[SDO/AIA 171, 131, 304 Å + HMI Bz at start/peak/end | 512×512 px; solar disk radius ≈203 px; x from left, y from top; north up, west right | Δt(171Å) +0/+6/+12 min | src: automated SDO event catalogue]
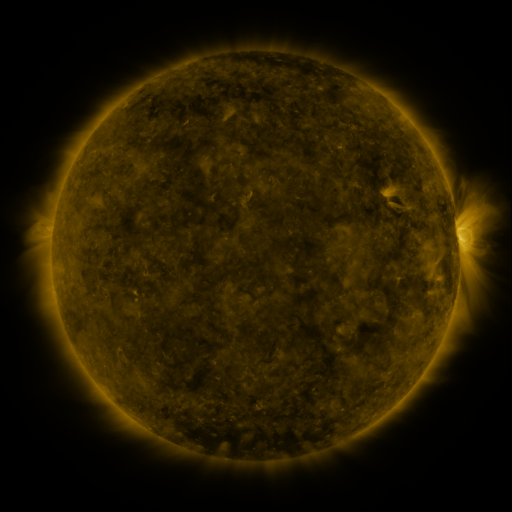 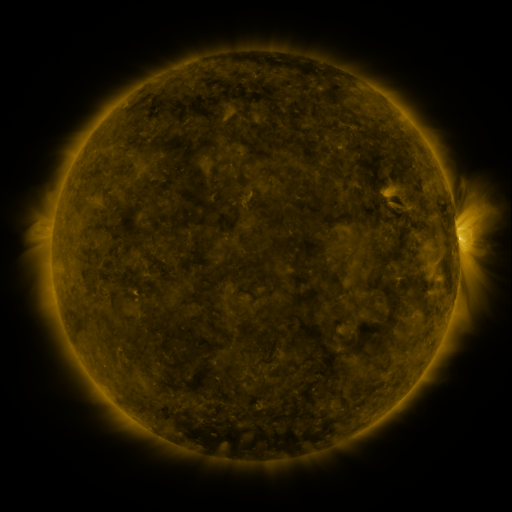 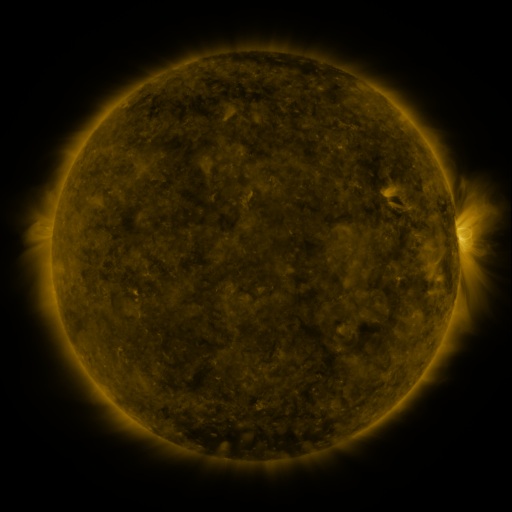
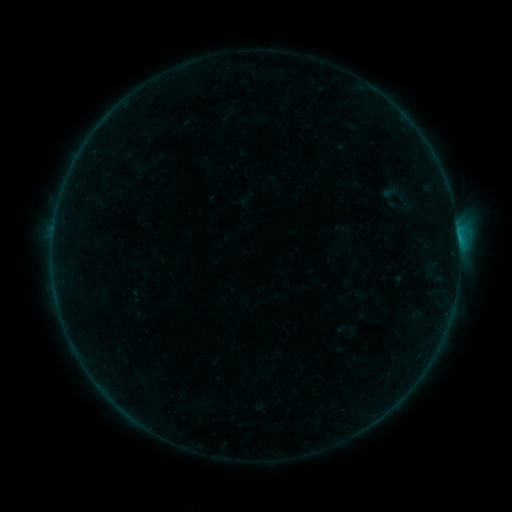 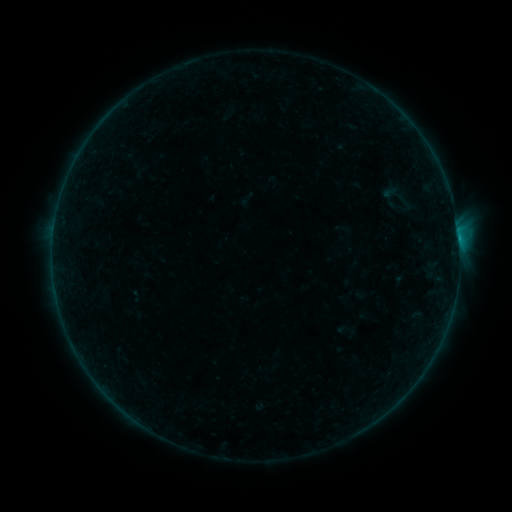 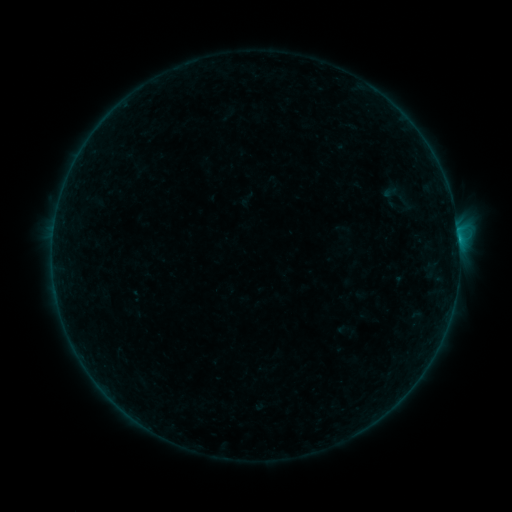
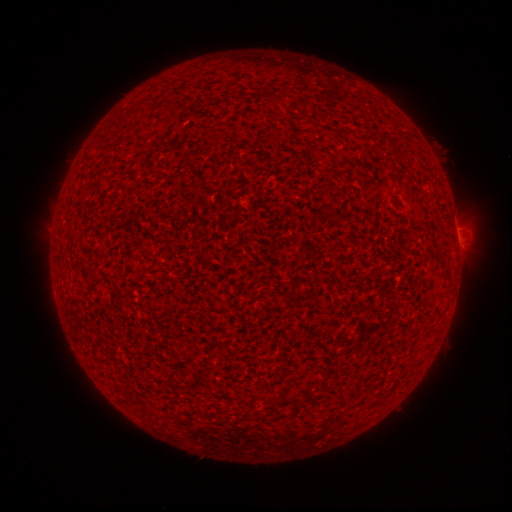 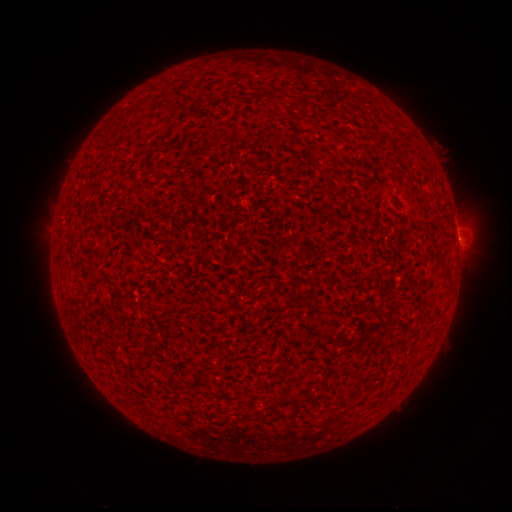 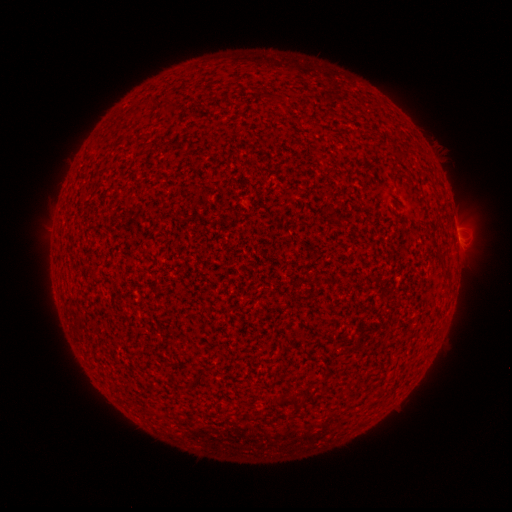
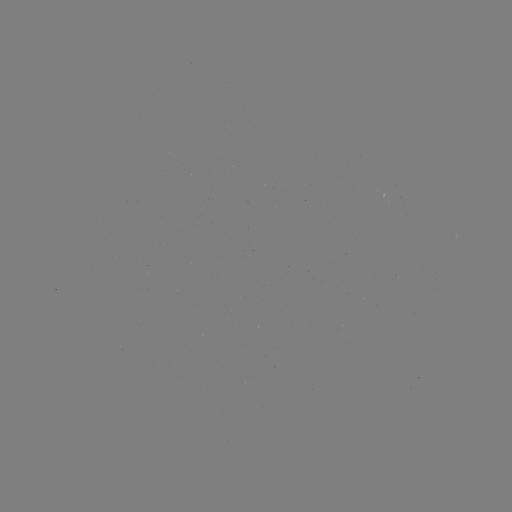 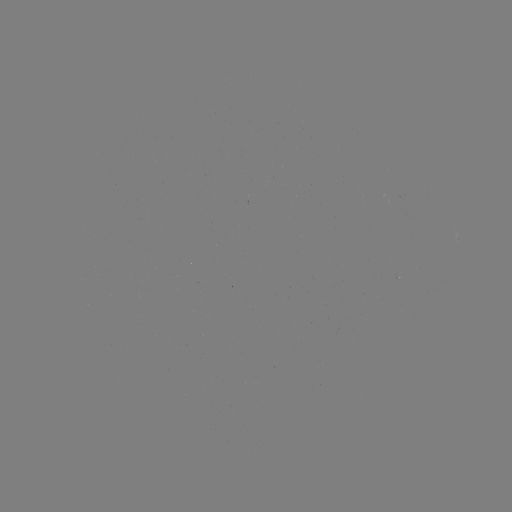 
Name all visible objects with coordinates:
B2.5 flare: (458, 241)
